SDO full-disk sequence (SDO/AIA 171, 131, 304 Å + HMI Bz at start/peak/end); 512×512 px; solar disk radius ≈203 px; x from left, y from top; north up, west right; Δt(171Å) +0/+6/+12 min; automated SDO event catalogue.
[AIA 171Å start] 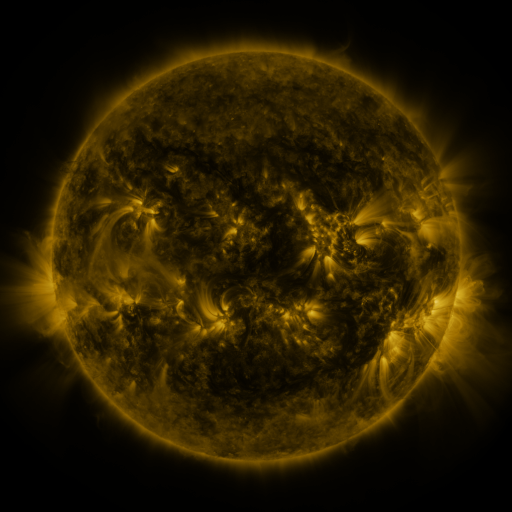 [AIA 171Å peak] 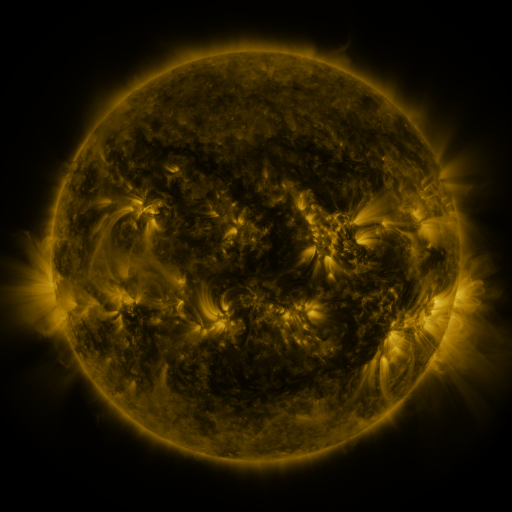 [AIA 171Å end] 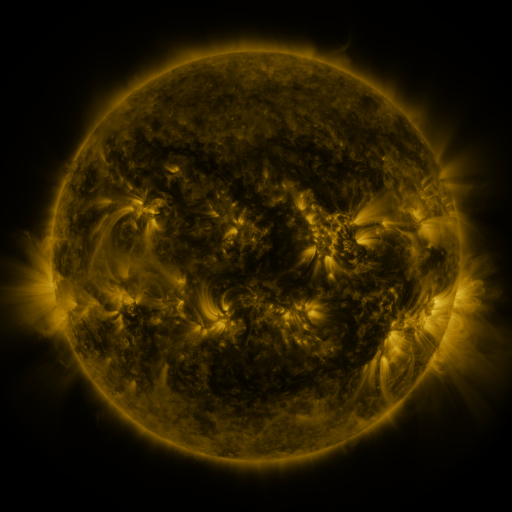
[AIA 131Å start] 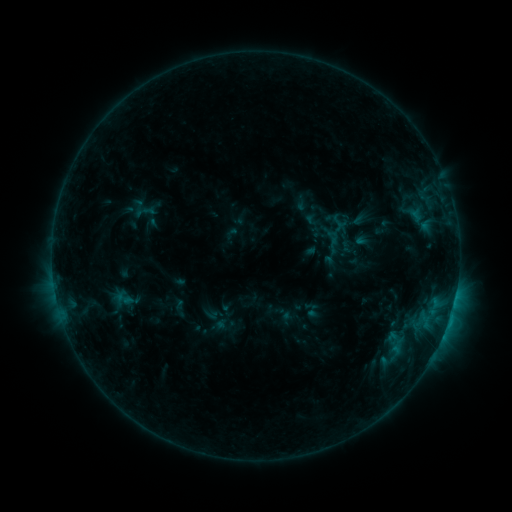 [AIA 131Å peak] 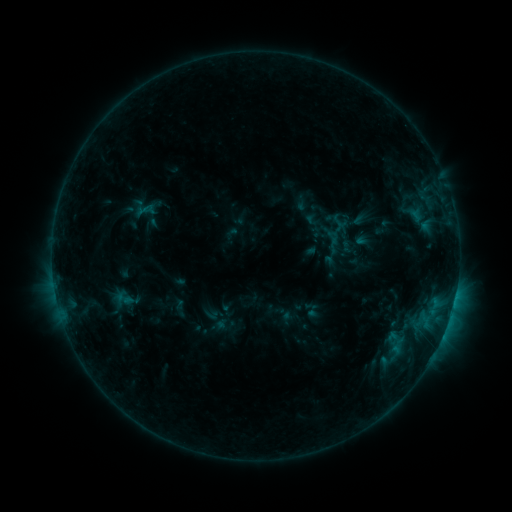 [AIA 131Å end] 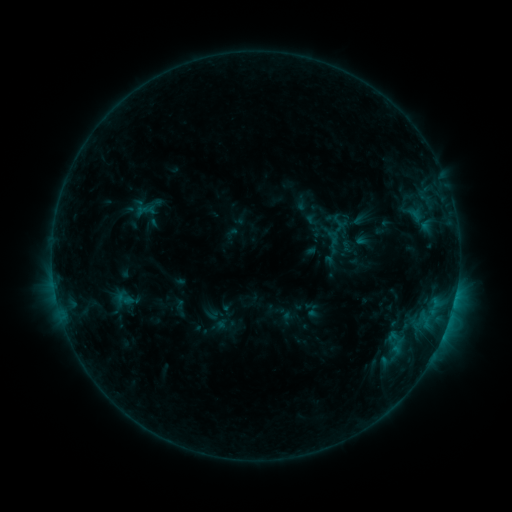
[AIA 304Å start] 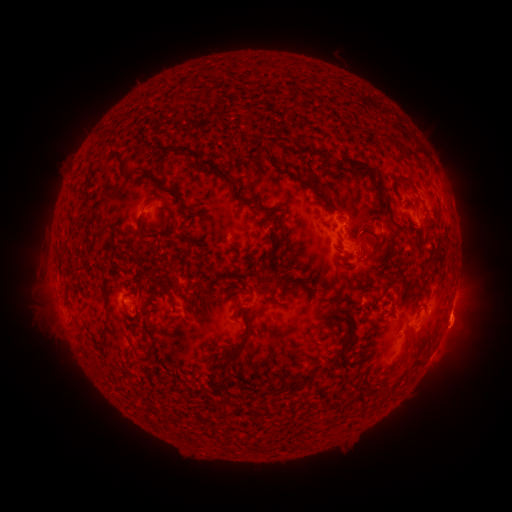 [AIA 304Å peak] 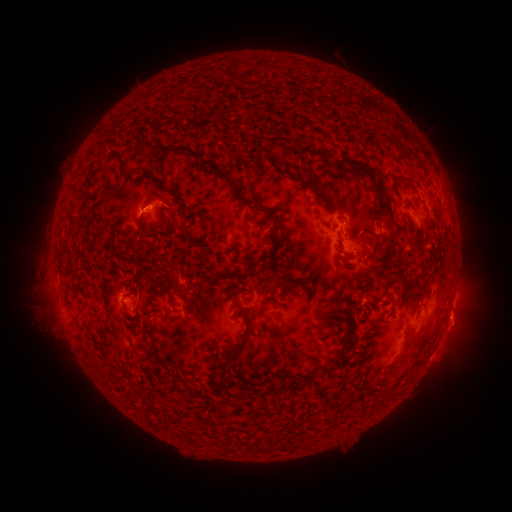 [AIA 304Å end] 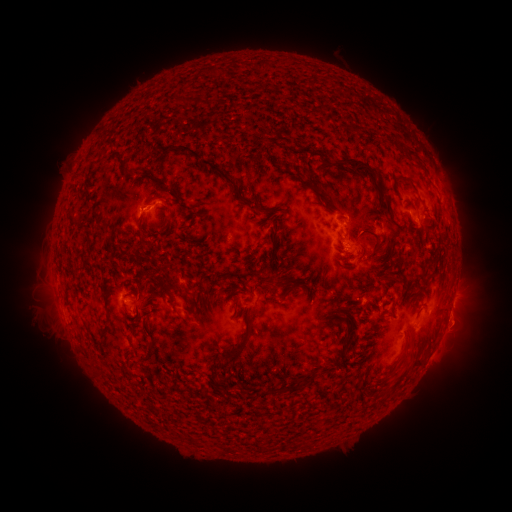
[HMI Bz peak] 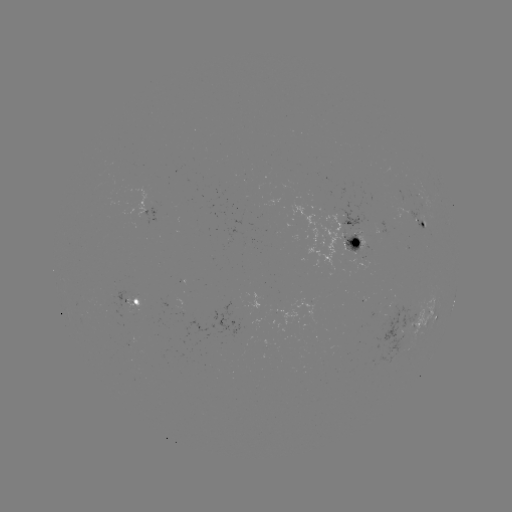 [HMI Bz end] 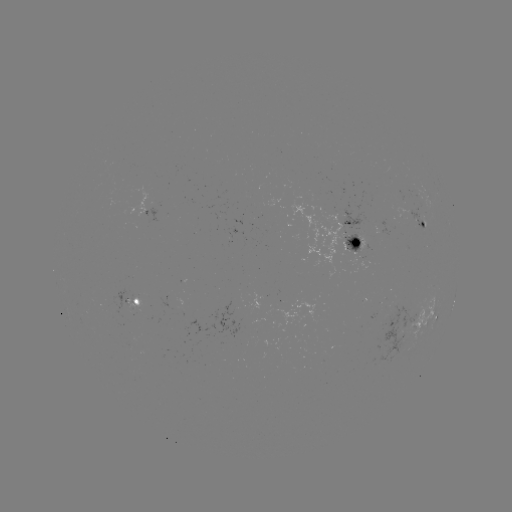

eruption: (116, 182, 166, 228)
